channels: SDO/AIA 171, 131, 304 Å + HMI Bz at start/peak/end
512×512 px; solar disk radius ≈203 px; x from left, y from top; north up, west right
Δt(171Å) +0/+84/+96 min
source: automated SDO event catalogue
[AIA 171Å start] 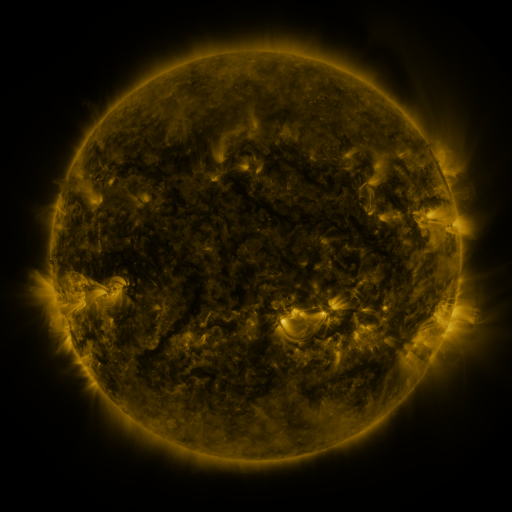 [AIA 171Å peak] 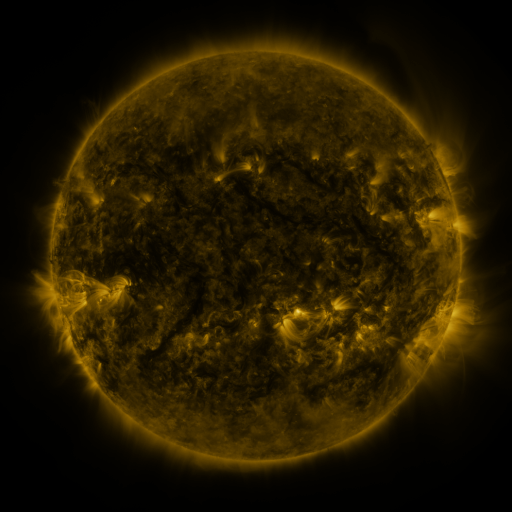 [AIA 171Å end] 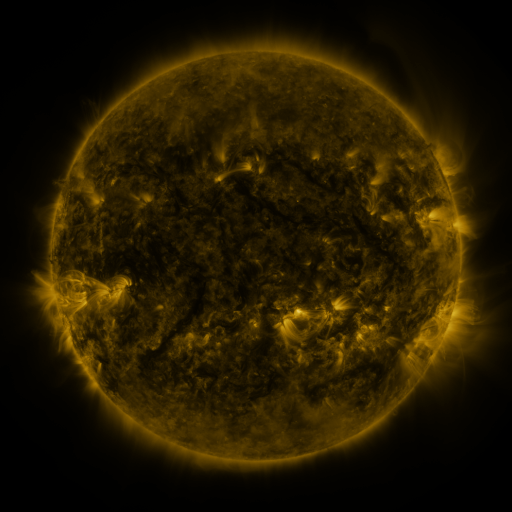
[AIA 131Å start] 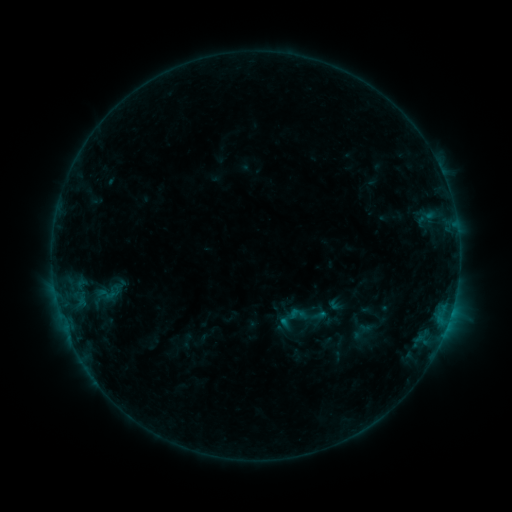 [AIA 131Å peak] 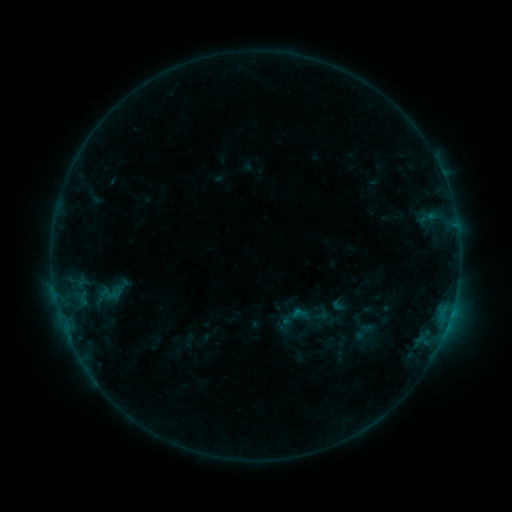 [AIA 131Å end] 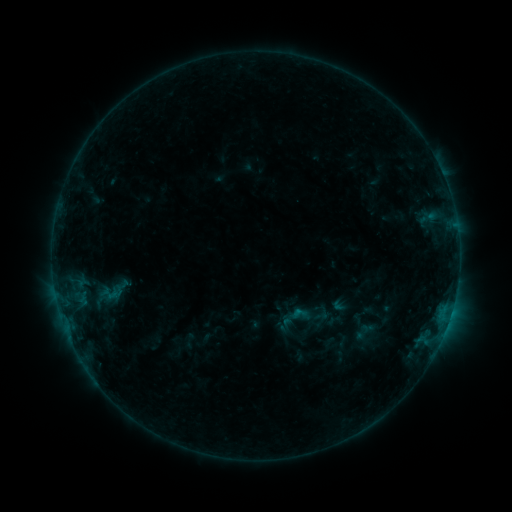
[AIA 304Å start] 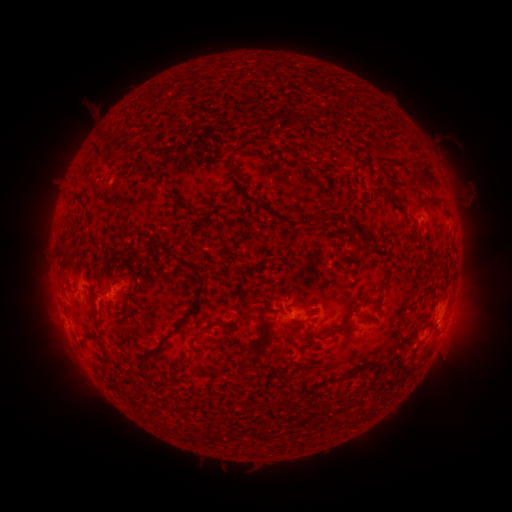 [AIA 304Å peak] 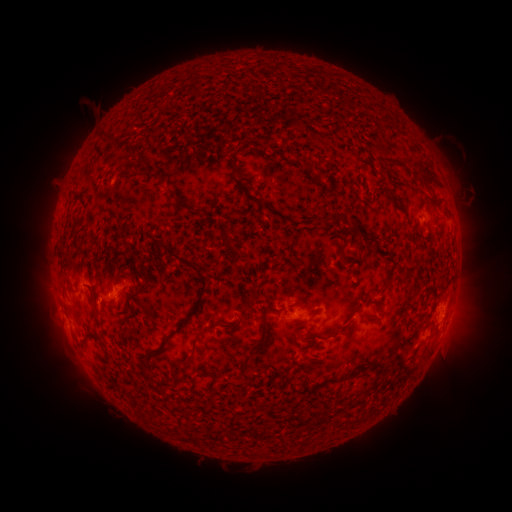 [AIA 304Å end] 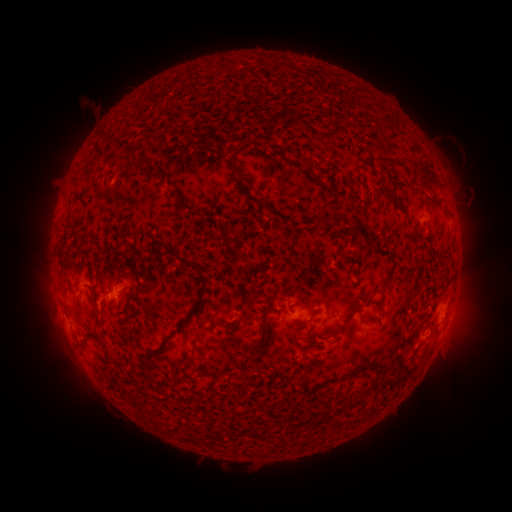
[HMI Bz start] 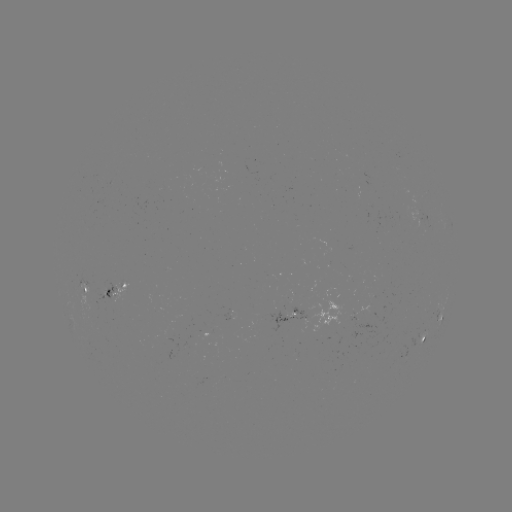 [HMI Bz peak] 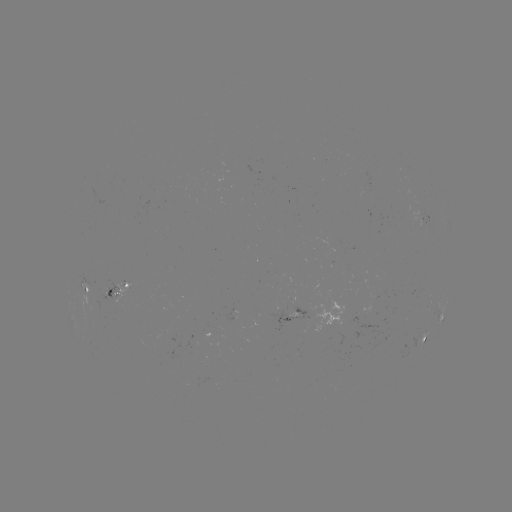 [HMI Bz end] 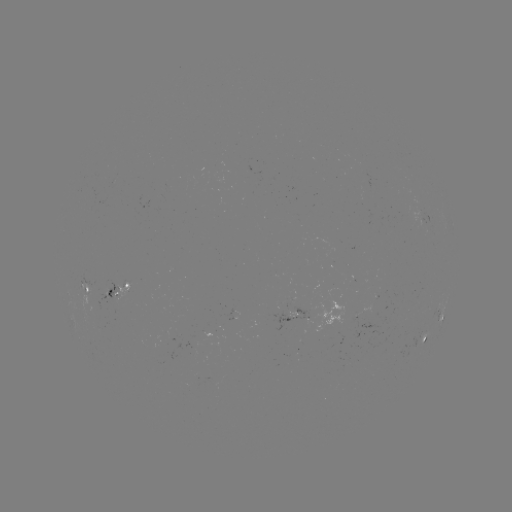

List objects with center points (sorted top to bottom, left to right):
emerging-flux region: (106, 287)
